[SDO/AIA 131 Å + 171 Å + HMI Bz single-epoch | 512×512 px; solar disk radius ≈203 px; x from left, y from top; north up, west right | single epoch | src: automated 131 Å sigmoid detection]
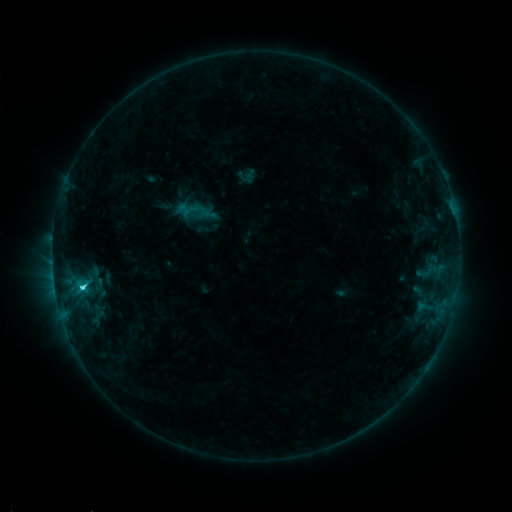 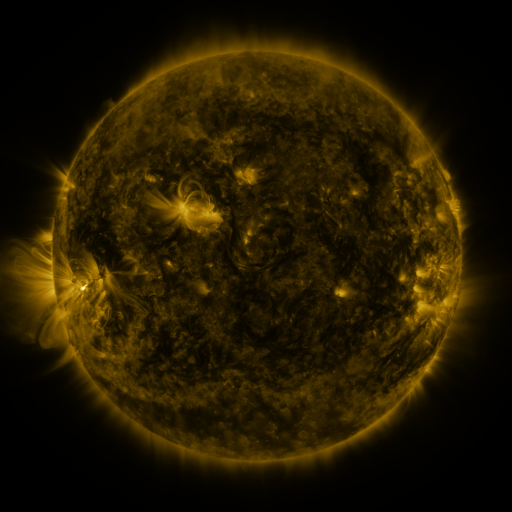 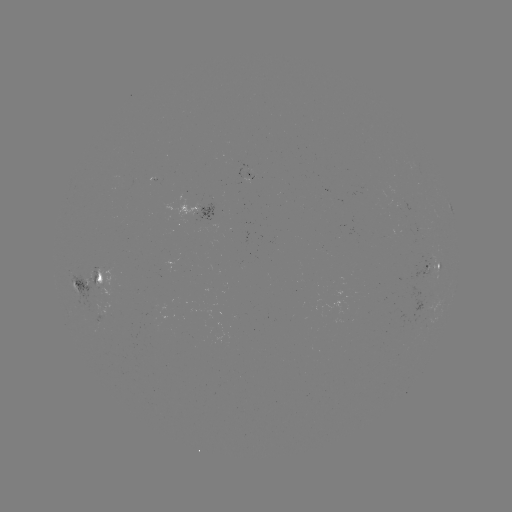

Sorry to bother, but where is sigmoid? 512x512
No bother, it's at (193, 210).